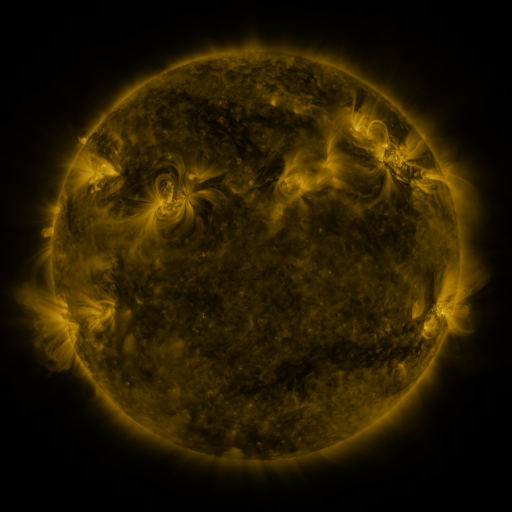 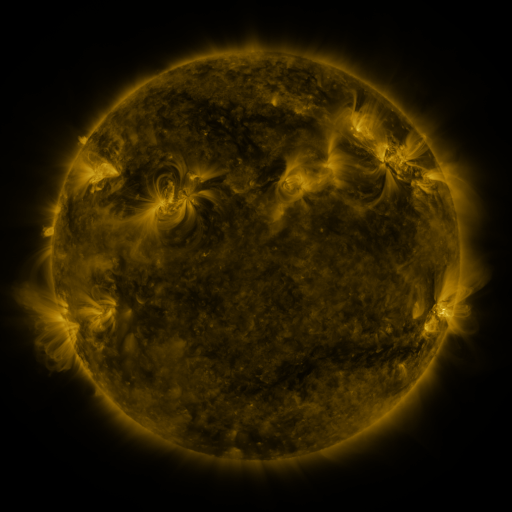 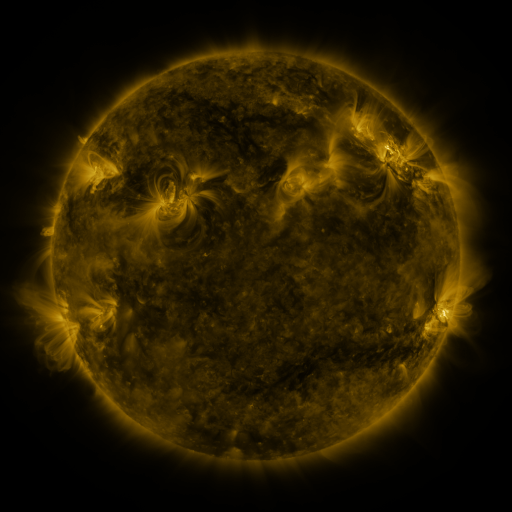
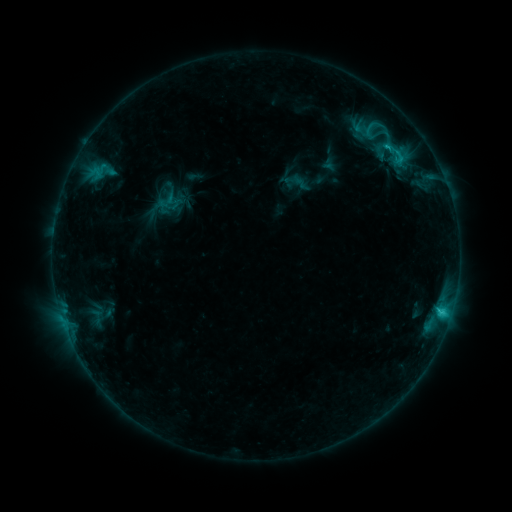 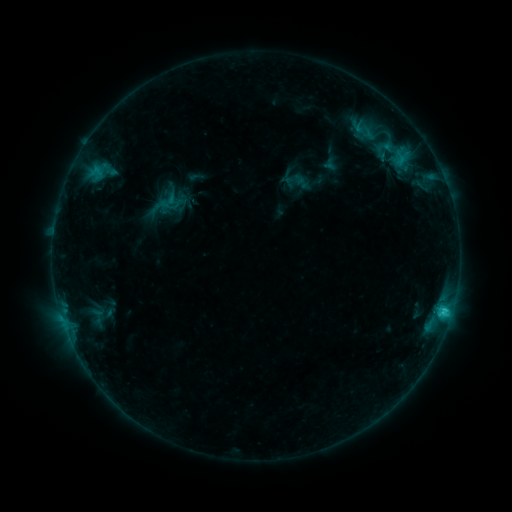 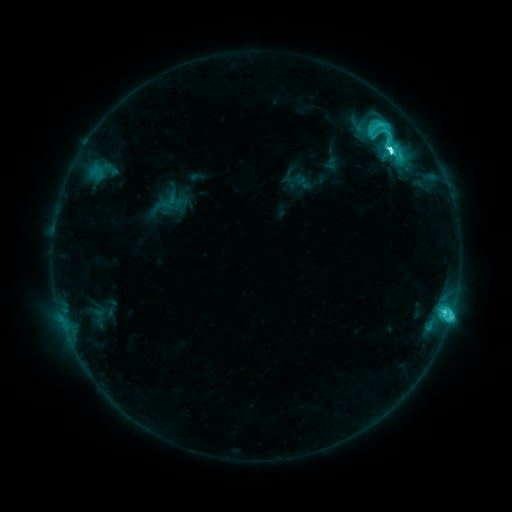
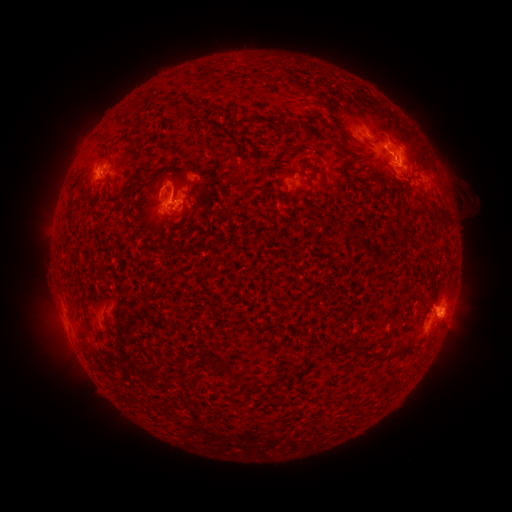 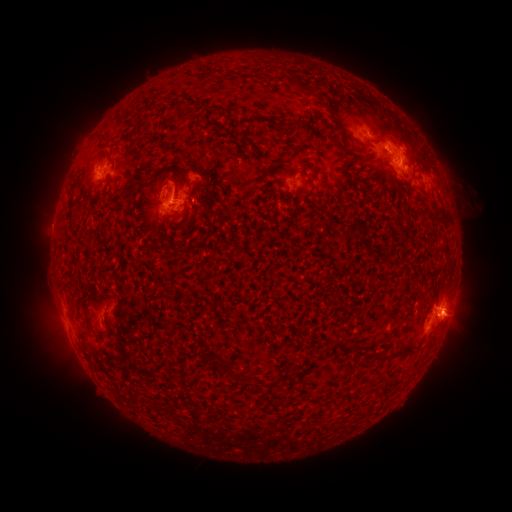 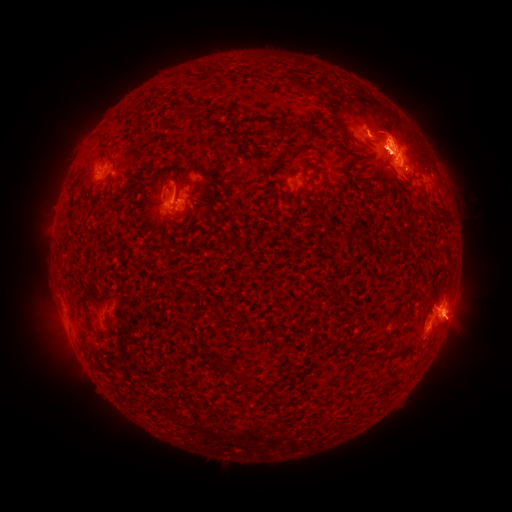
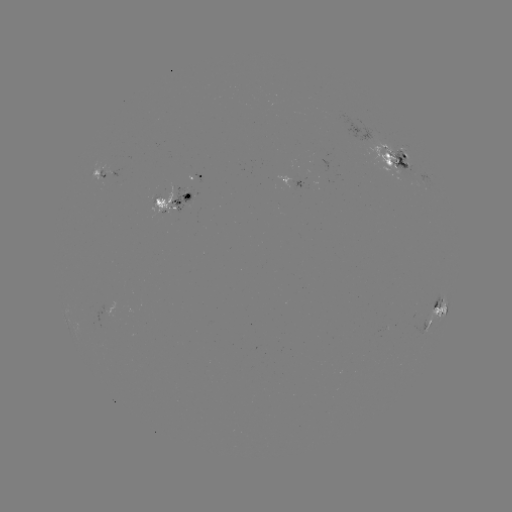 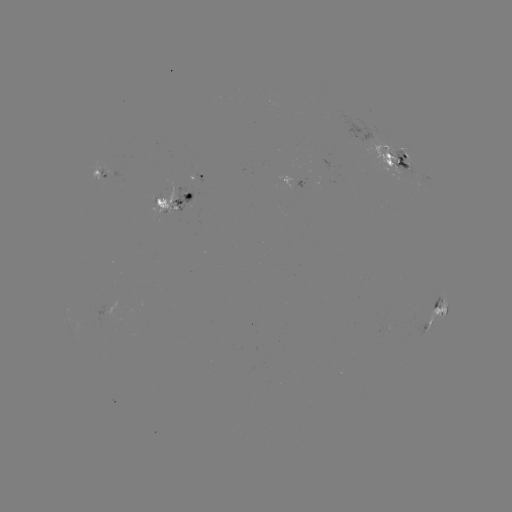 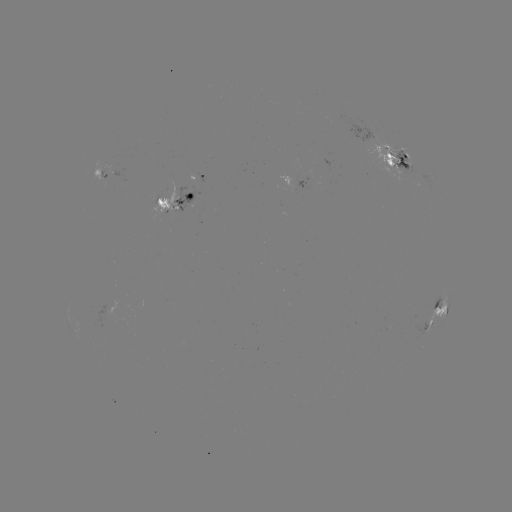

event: emerging-flux region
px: (183, 201)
